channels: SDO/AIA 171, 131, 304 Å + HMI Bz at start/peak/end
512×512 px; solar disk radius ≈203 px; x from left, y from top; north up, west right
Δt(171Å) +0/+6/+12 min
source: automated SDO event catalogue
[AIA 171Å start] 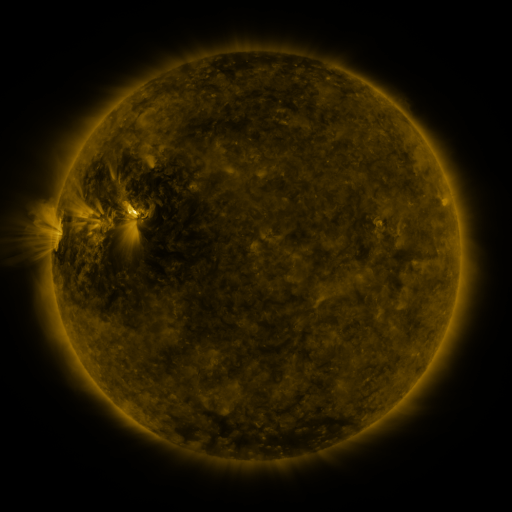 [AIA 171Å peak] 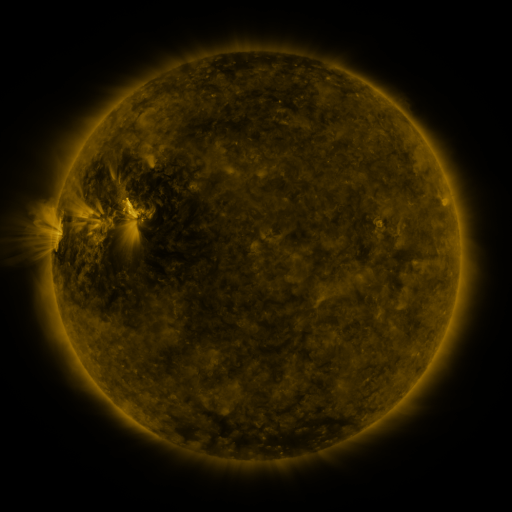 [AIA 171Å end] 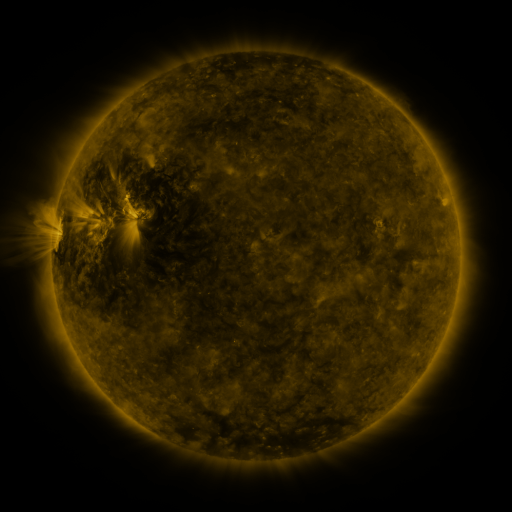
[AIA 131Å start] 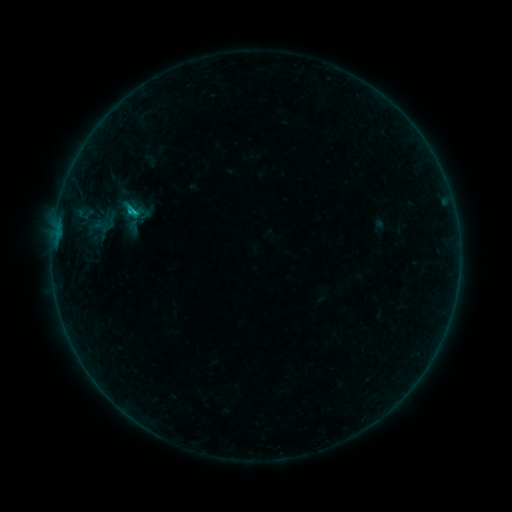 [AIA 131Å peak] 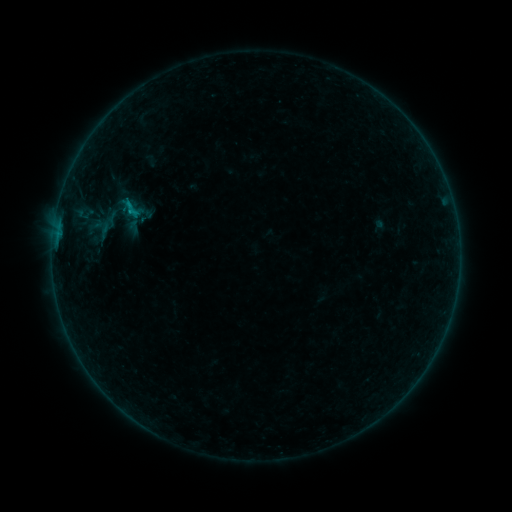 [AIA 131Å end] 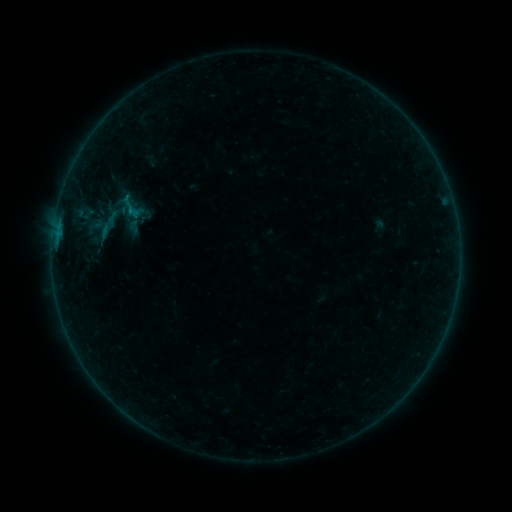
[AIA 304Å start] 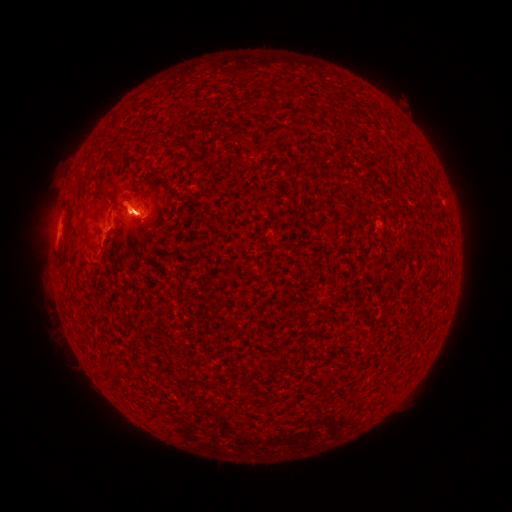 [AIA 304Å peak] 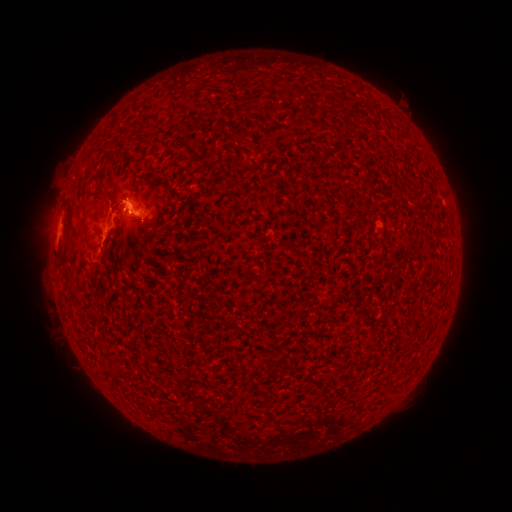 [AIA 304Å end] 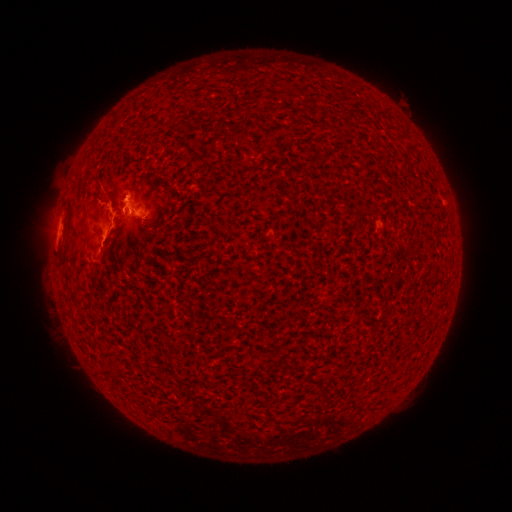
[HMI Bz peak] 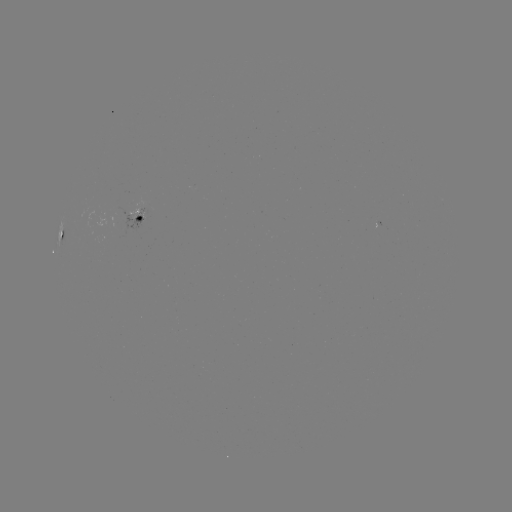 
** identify eruption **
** (124, 187) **